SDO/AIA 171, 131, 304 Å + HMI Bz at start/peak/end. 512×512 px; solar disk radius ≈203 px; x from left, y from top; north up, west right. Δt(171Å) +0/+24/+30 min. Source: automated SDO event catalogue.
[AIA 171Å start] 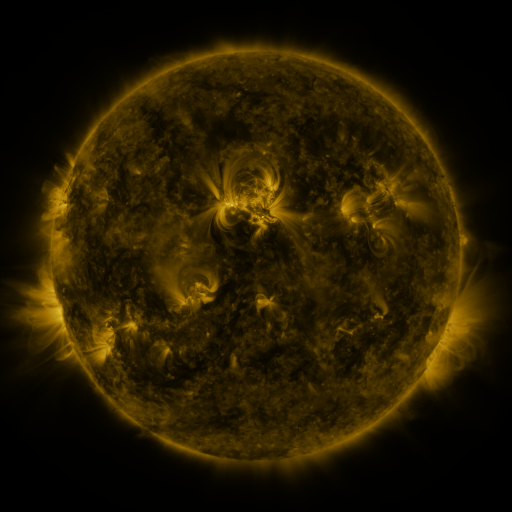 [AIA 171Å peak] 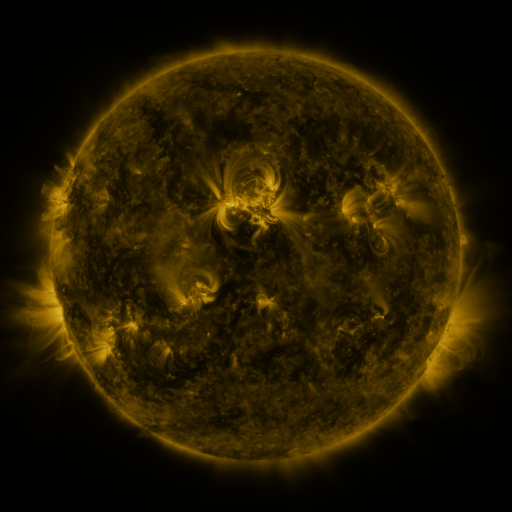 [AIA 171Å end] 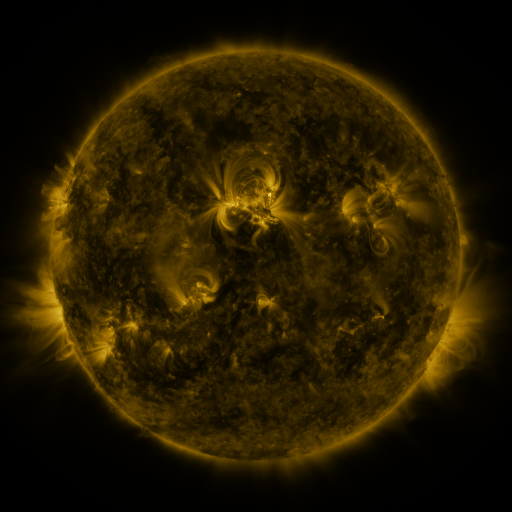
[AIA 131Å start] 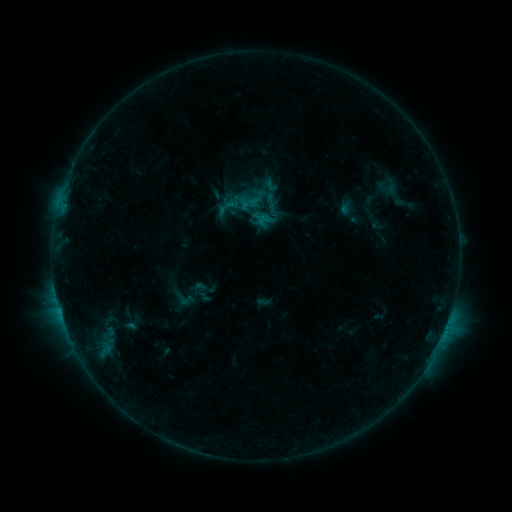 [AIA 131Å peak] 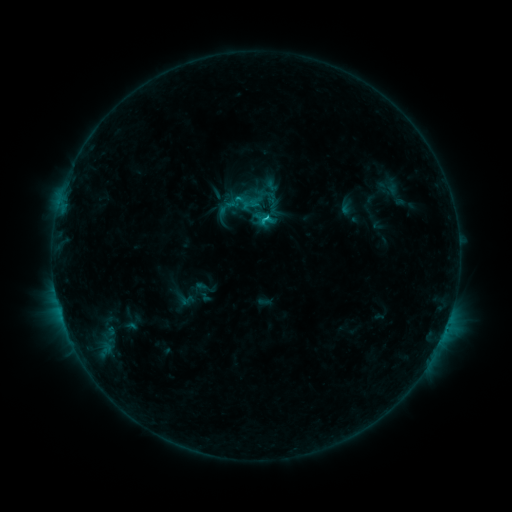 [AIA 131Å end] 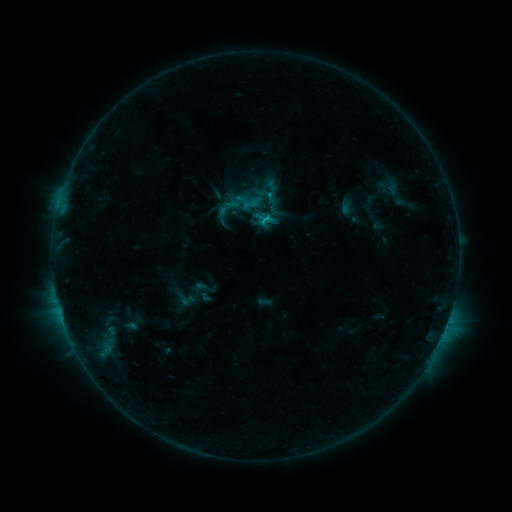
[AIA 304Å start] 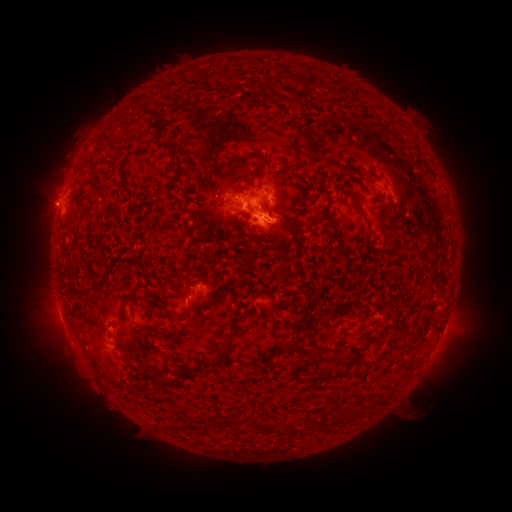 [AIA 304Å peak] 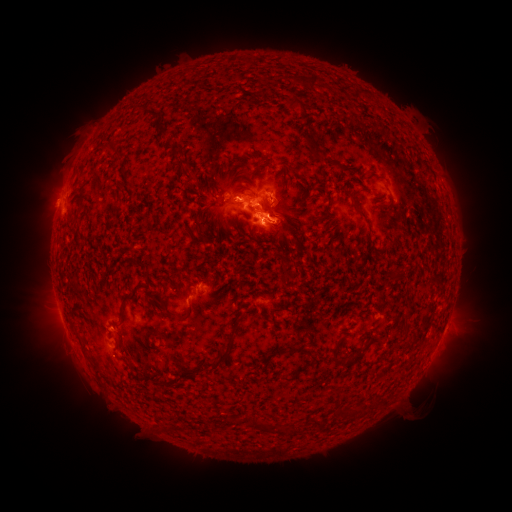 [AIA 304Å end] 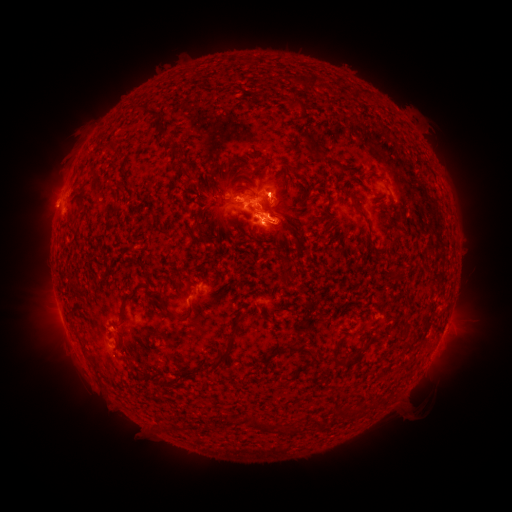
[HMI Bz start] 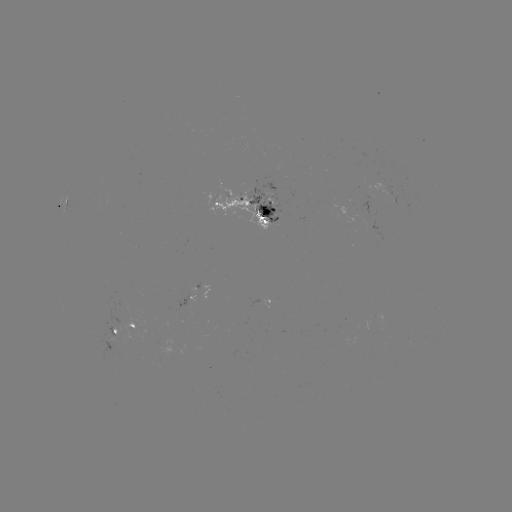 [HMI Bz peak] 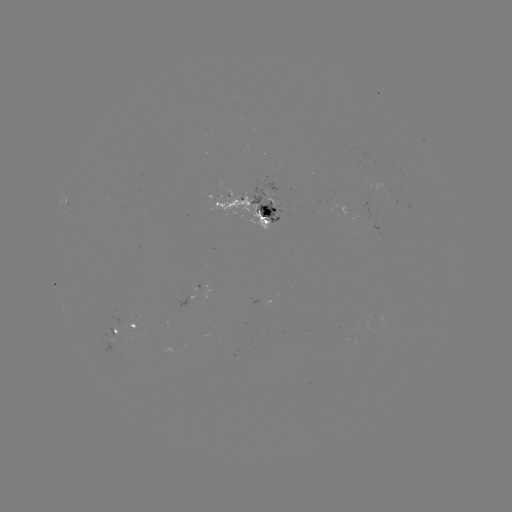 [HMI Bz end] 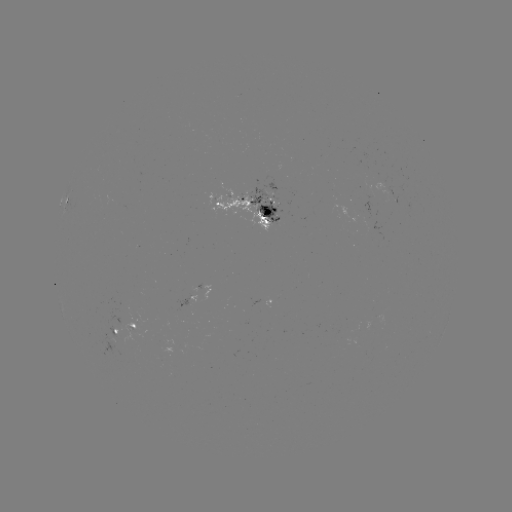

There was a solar flare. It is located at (263, 220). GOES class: C1.2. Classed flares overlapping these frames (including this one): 1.